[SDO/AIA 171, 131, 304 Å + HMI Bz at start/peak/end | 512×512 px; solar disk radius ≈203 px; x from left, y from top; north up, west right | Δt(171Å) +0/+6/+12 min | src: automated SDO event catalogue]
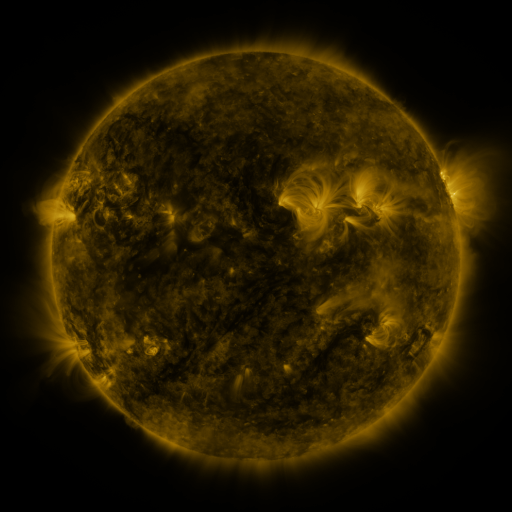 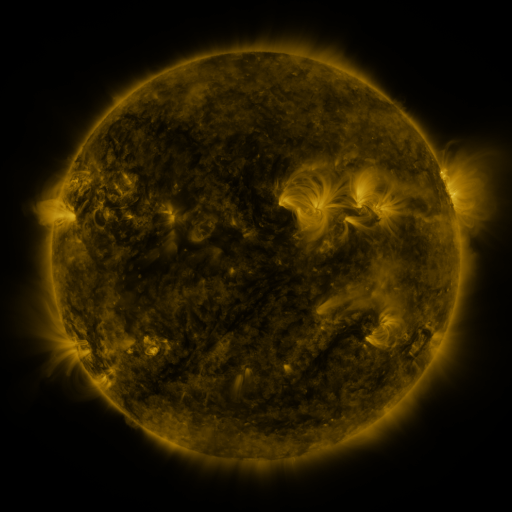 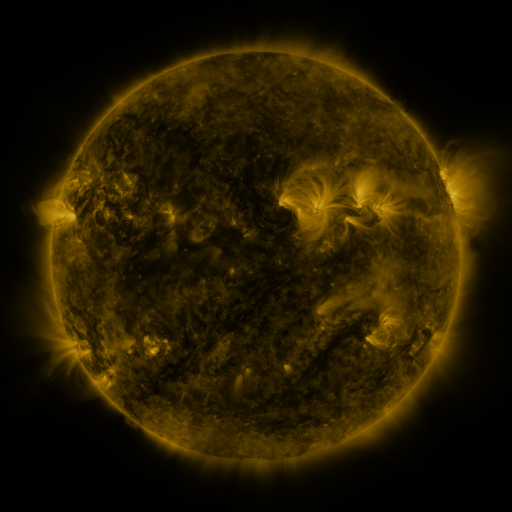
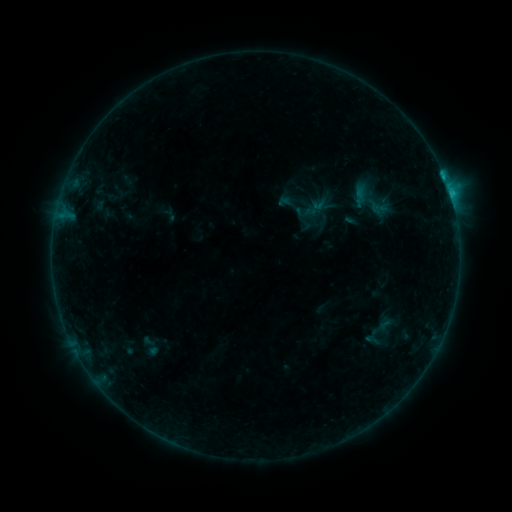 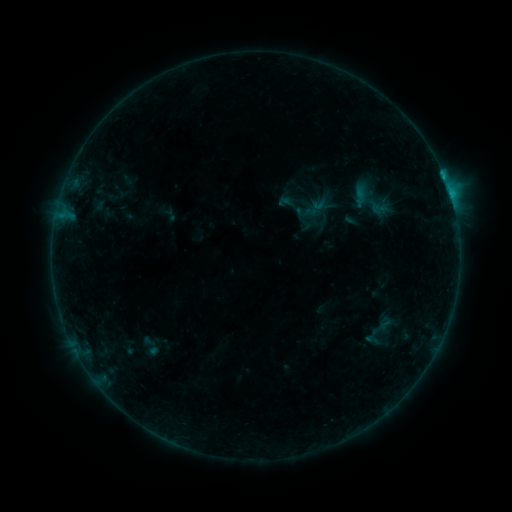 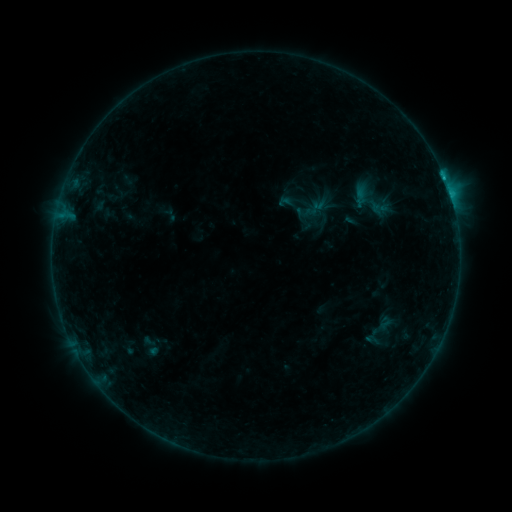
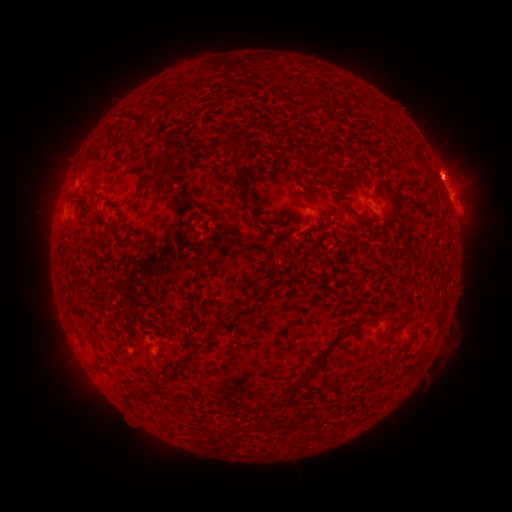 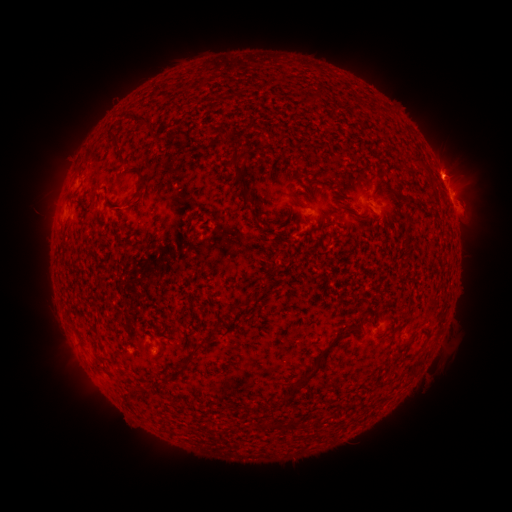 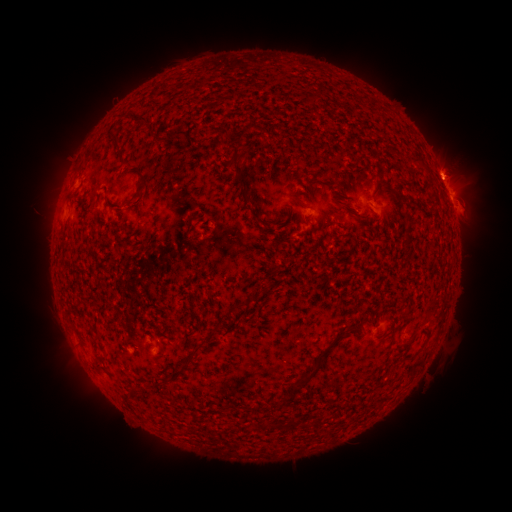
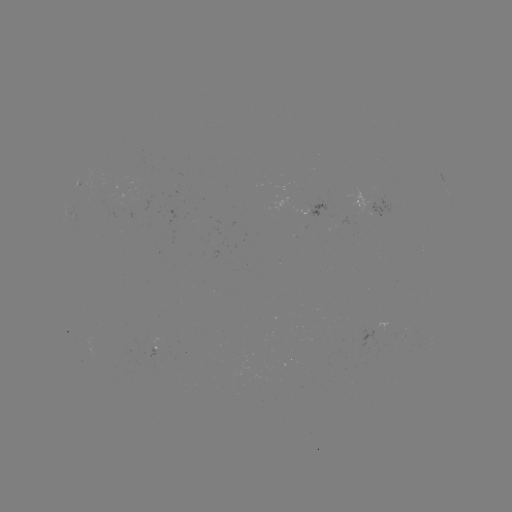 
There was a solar flare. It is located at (444, 181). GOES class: C1.1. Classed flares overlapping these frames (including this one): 1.